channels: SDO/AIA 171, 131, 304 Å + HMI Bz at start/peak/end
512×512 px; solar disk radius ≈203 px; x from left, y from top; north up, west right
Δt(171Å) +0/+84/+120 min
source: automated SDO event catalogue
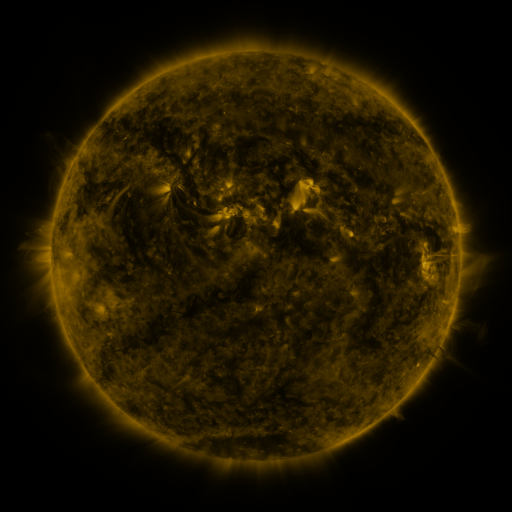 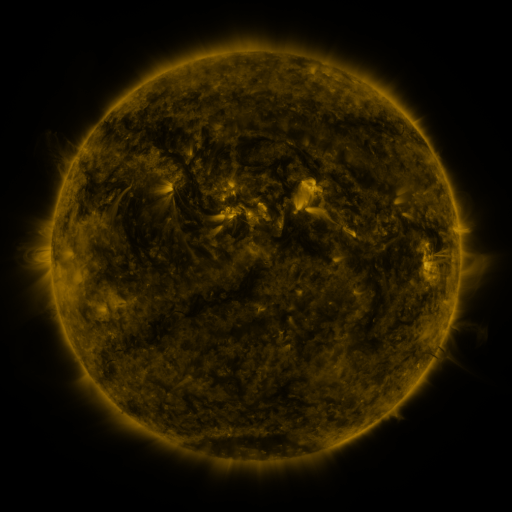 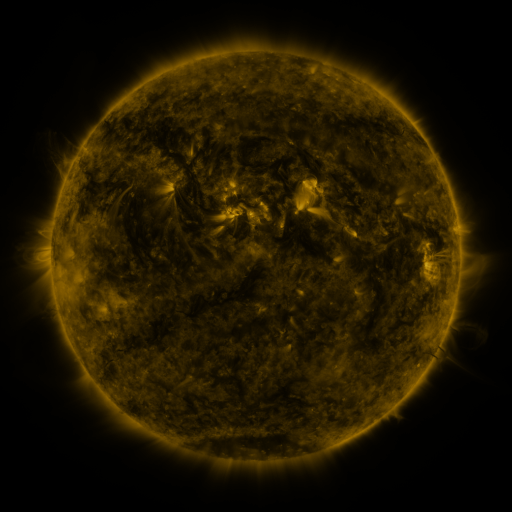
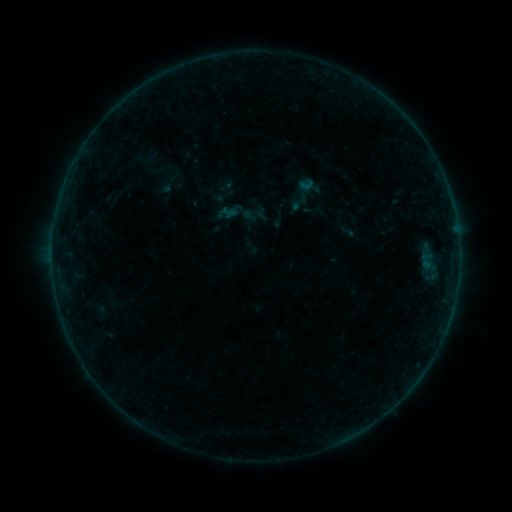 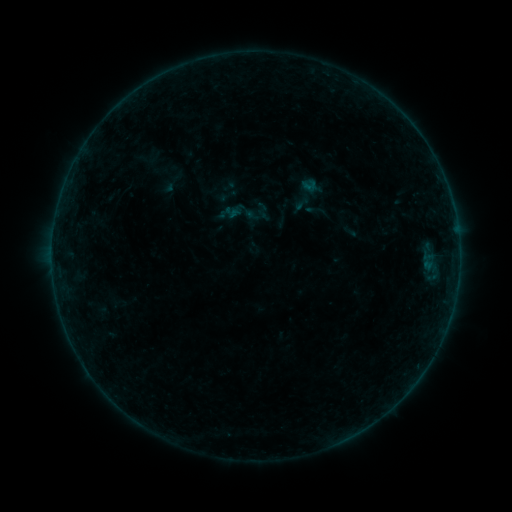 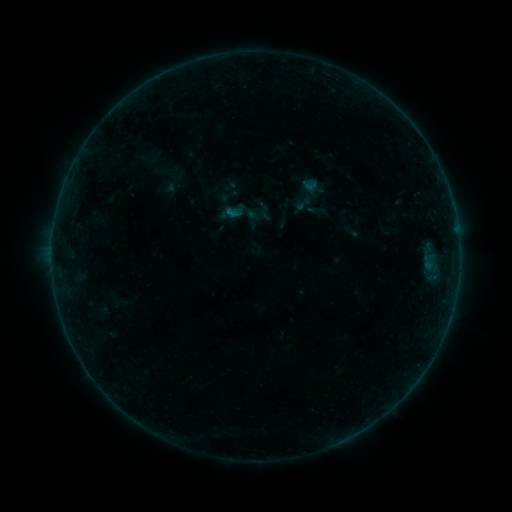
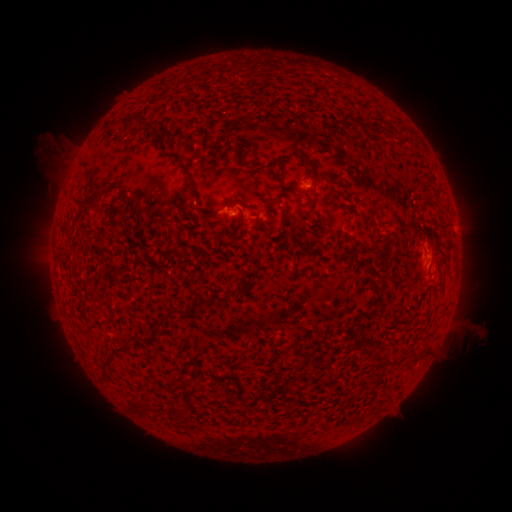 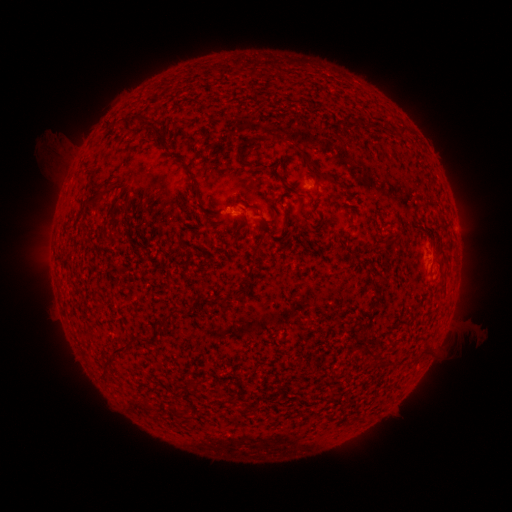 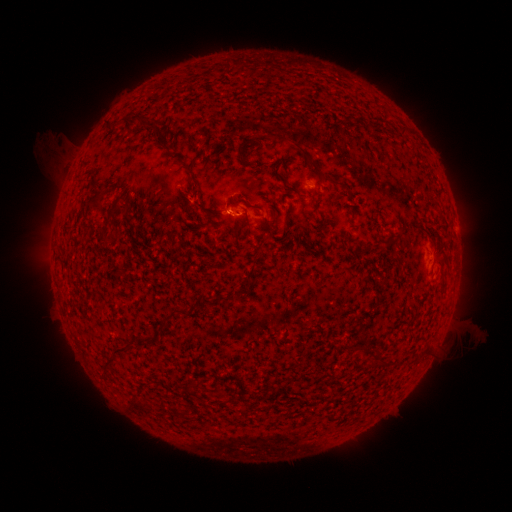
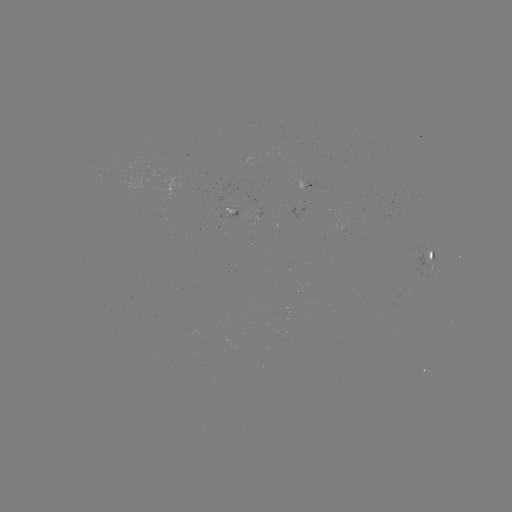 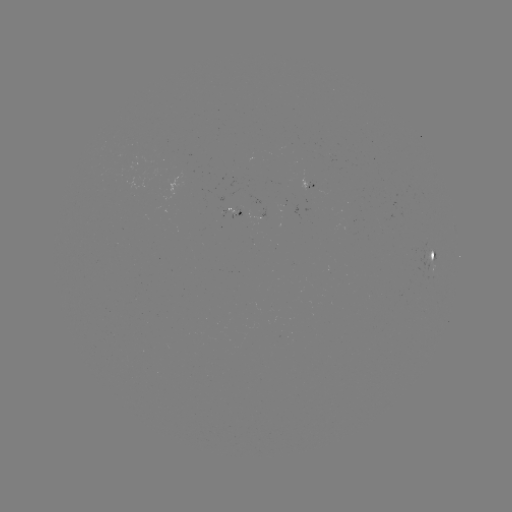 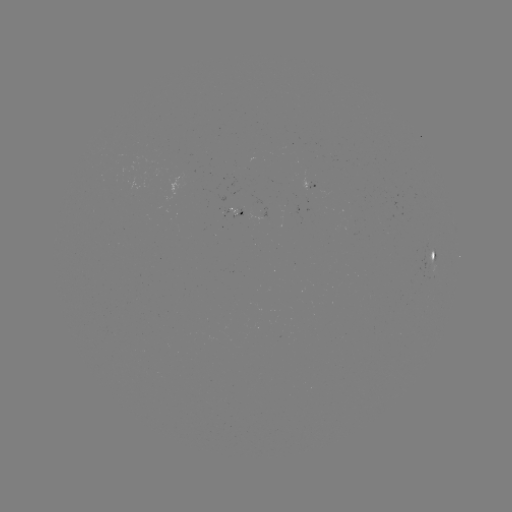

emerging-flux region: (300, 171, 315, 188)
